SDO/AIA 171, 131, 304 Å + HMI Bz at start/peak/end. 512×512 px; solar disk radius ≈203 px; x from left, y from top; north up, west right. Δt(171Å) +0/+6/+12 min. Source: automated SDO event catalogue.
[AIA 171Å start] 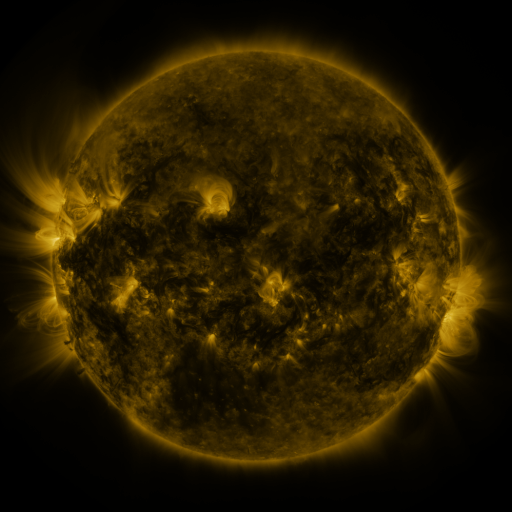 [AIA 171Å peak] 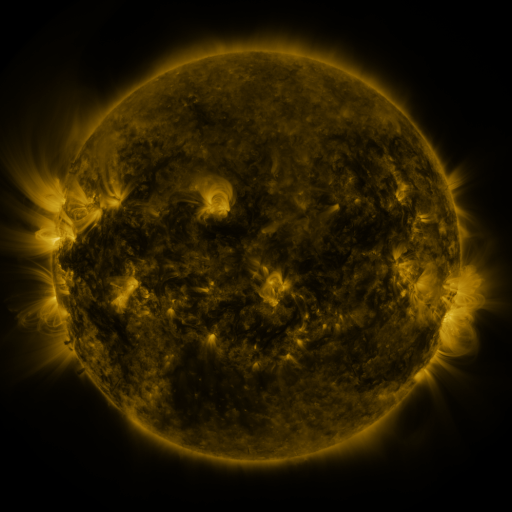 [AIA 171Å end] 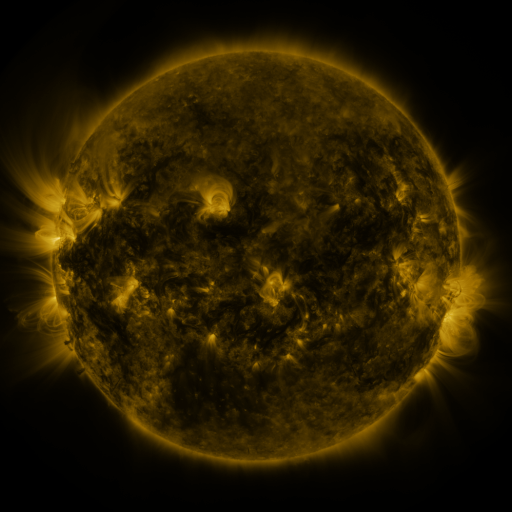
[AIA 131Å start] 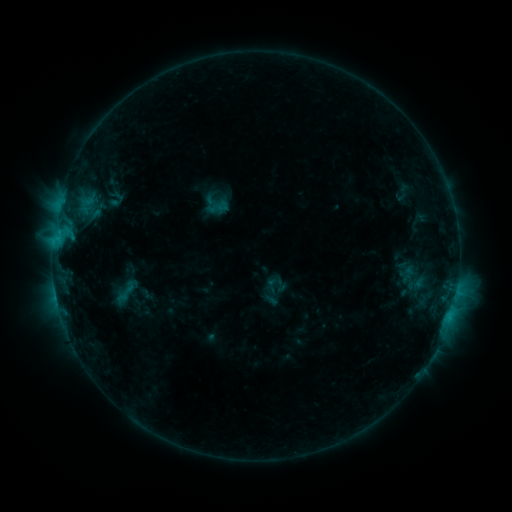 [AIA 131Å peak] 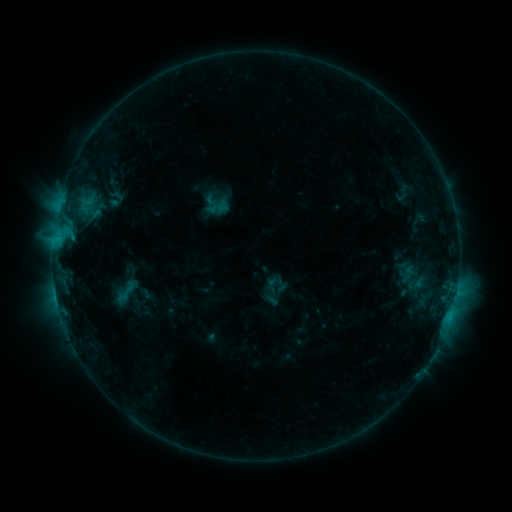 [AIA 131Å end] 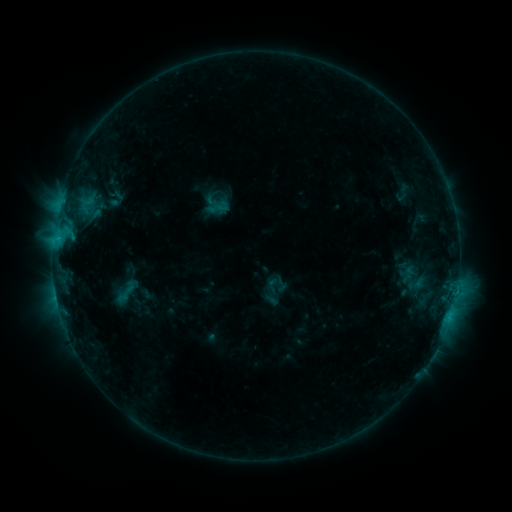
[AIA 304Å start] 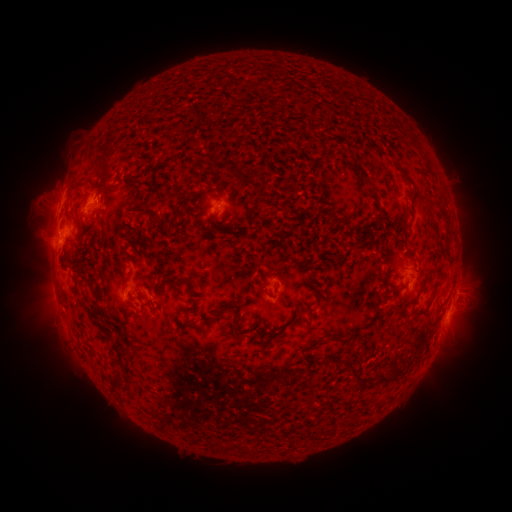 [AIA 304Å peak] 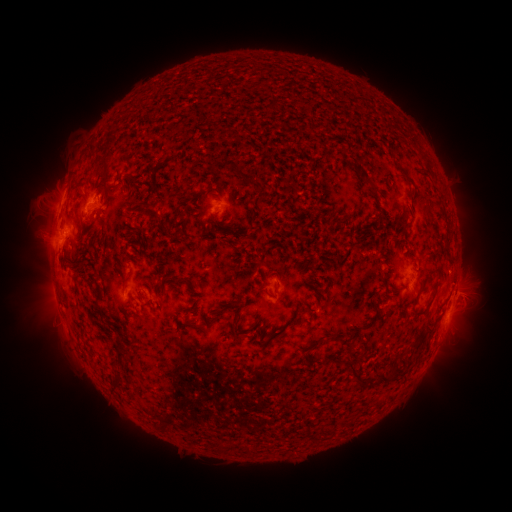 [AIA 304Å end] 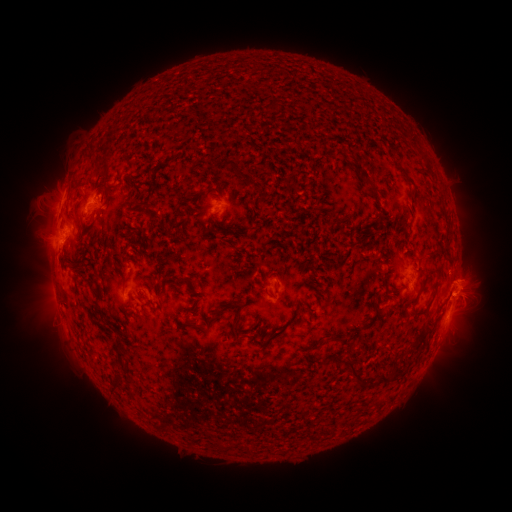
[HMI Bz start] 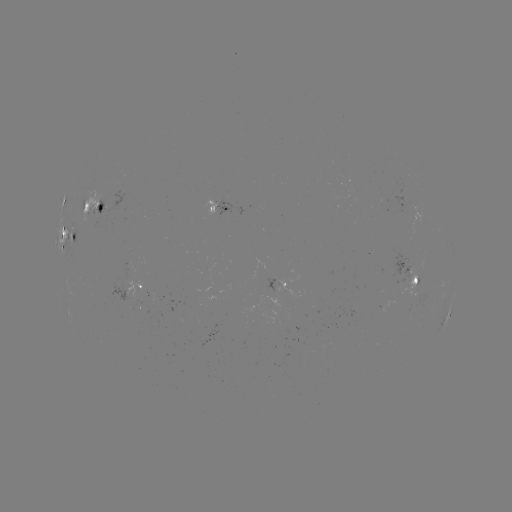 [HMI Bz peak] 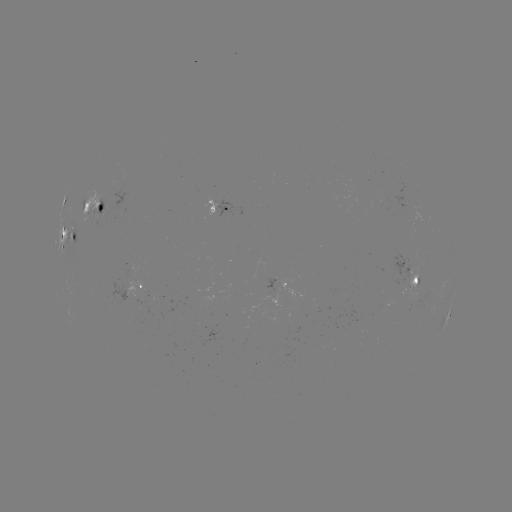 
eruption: <bbox>439, 250, 497, 304</bbox>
